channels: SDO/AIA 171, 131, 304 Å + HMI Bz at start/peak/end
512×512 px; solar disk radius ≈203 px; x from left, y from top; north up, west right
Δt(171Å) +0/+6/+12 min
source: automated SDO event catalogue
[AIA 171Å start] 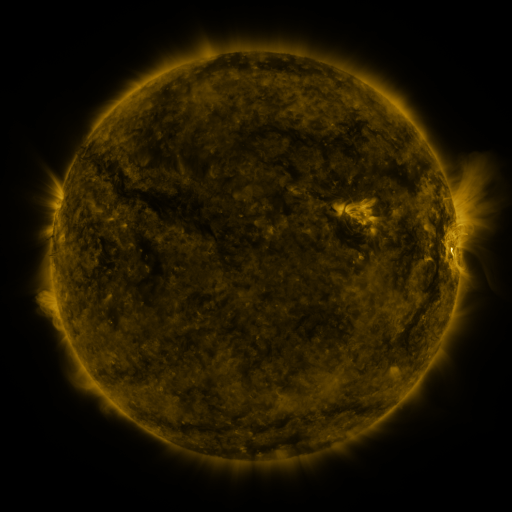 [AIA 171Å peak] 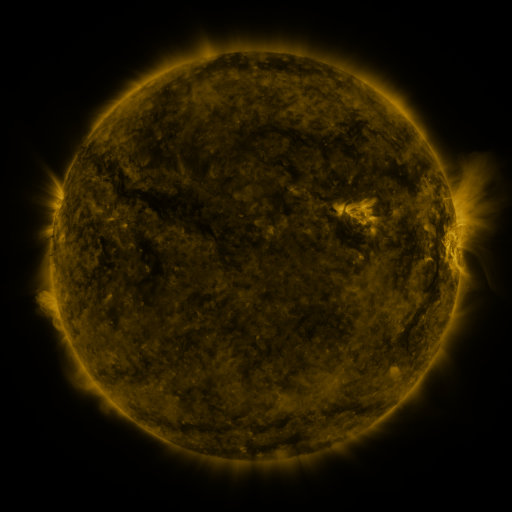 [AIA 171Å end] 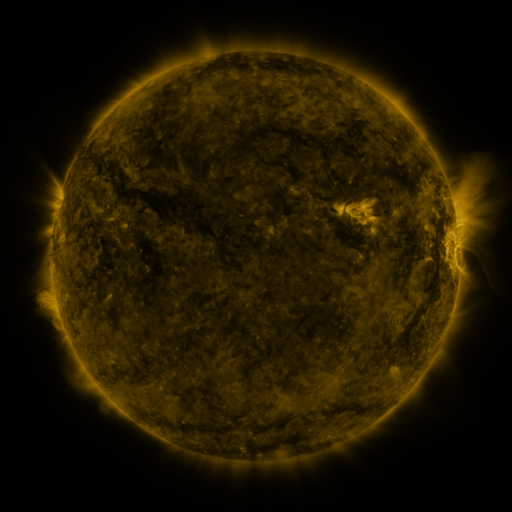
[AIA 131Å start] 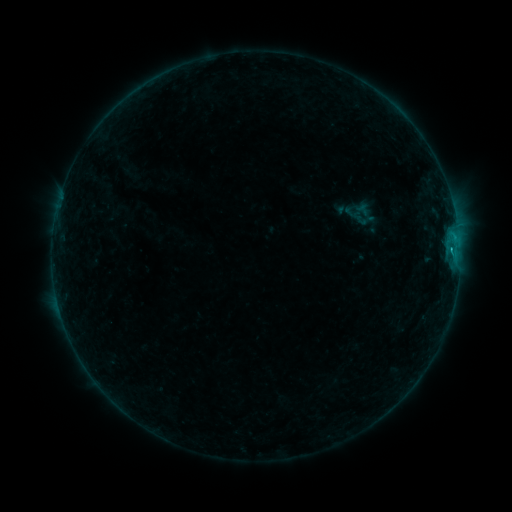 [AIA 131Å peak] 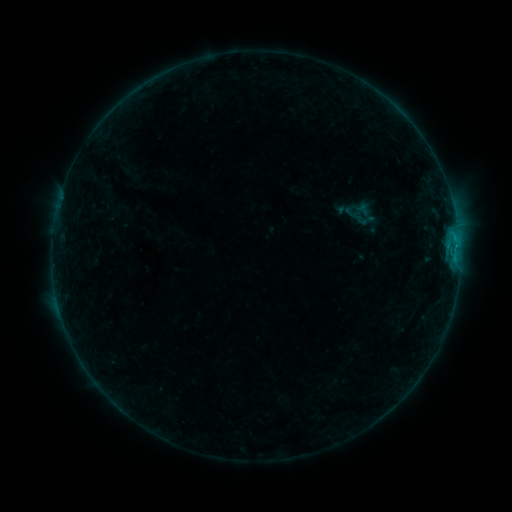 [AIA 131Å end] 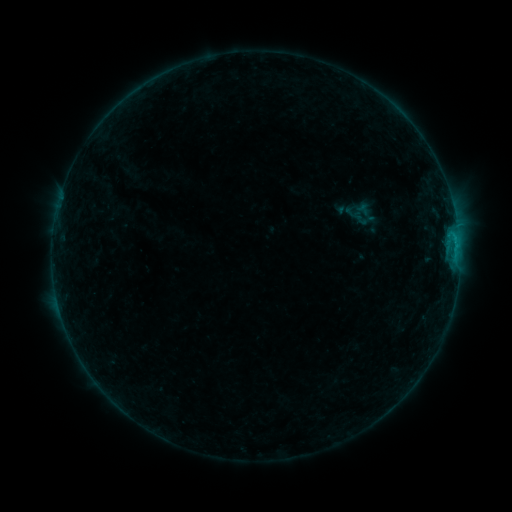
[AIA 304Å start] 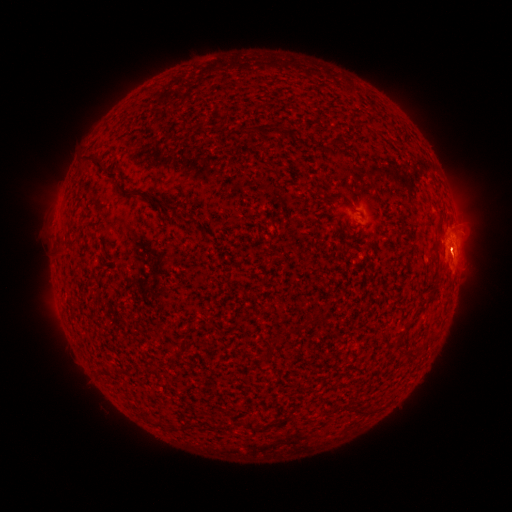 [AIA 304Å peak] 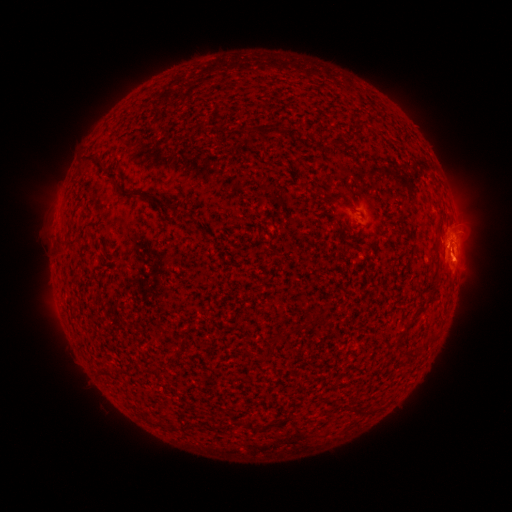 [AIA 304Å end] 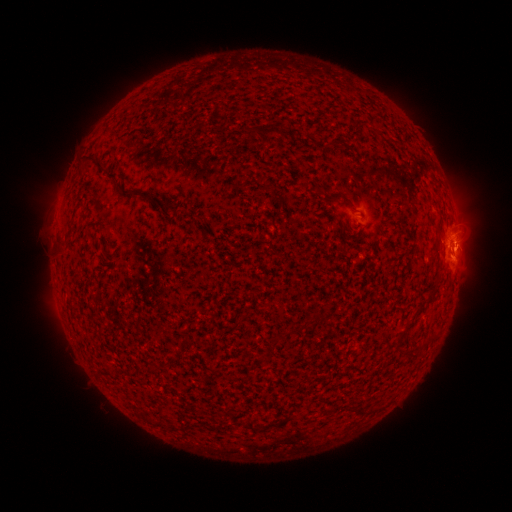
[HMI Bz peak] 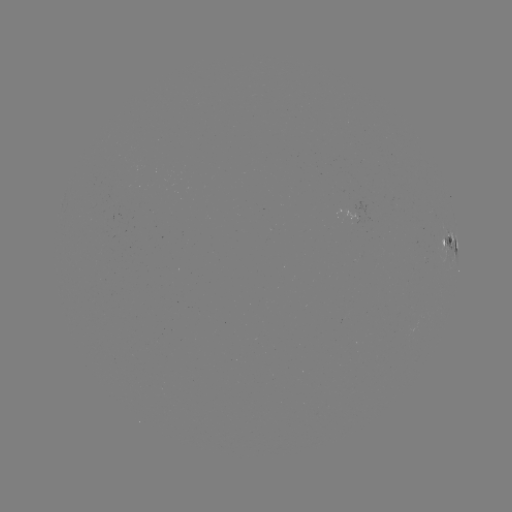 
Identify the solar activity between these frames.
eruption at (455, 260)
